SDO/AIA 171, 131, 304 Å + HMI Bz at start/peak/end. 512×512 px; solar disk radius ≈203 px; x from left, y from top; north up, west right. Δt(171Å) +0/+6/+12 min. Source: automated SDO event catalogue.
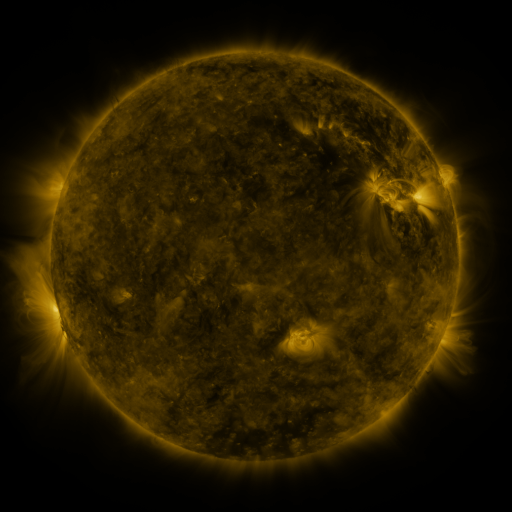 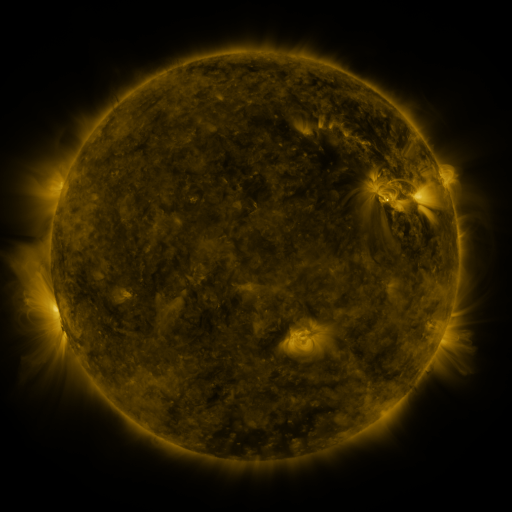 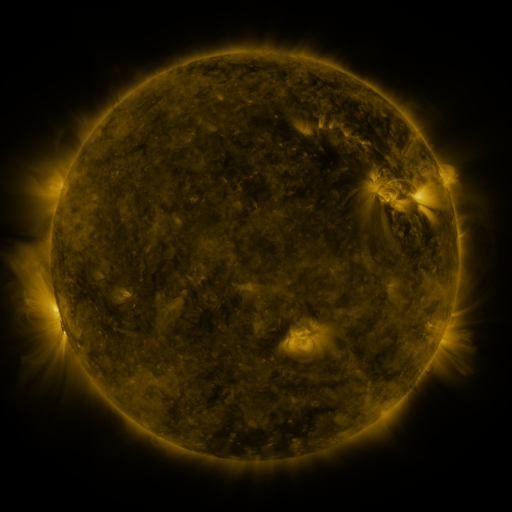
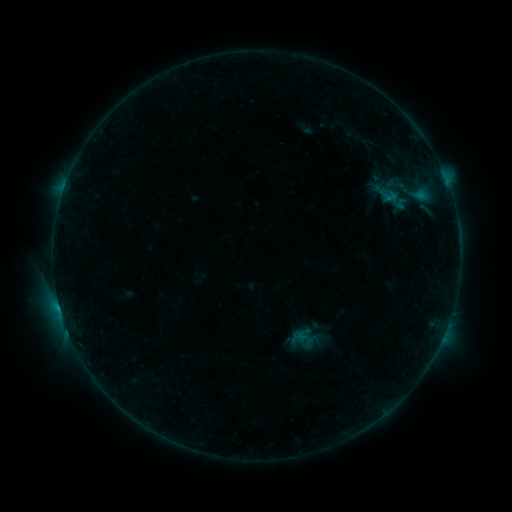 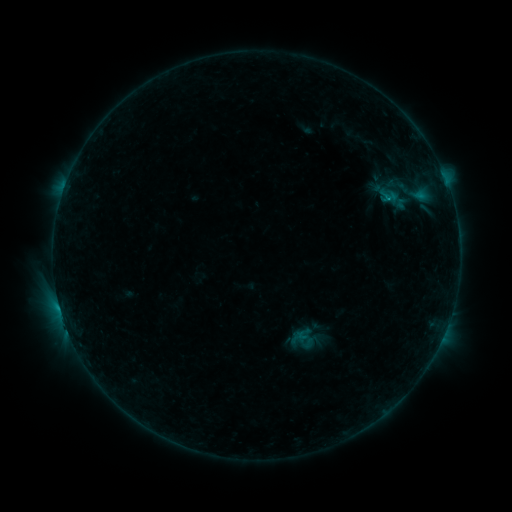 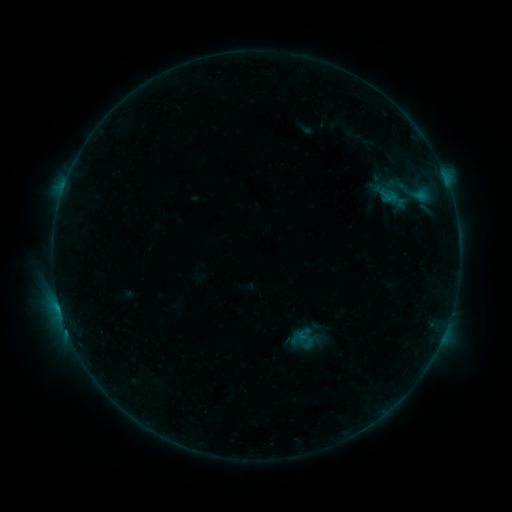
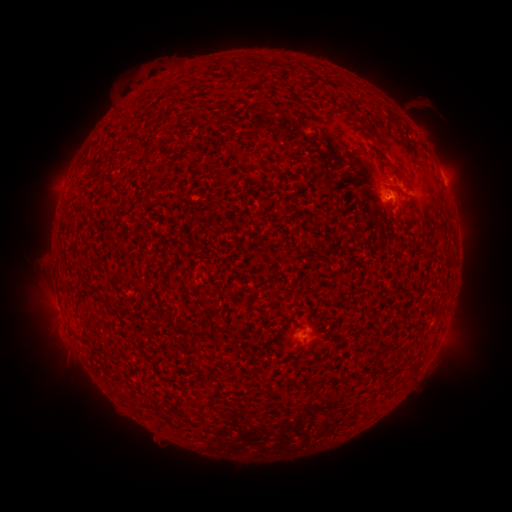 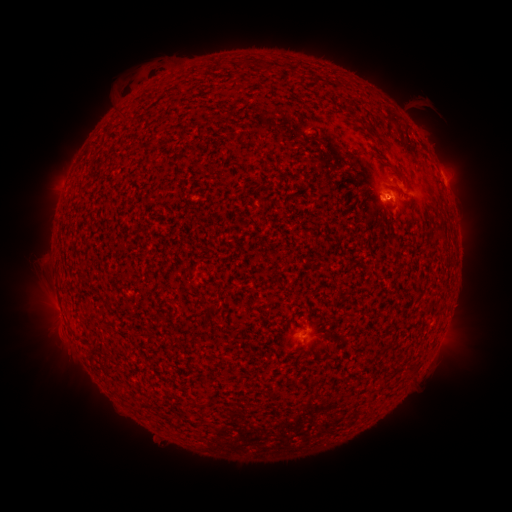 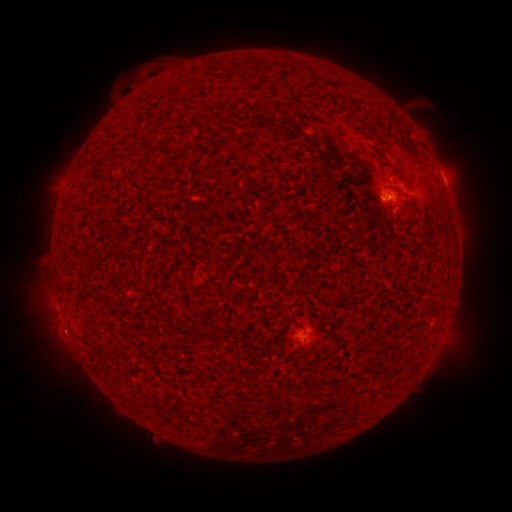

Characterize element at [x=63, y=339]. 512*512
eruption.